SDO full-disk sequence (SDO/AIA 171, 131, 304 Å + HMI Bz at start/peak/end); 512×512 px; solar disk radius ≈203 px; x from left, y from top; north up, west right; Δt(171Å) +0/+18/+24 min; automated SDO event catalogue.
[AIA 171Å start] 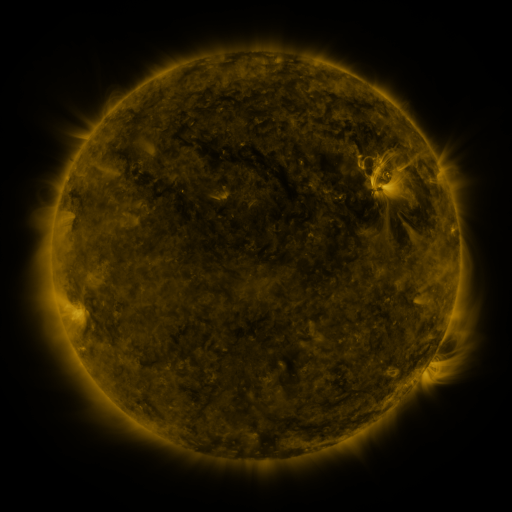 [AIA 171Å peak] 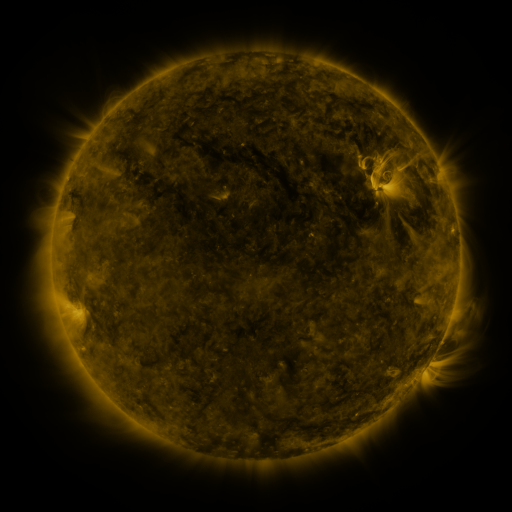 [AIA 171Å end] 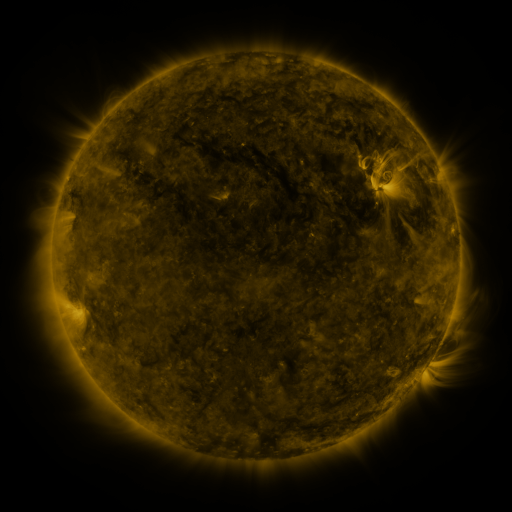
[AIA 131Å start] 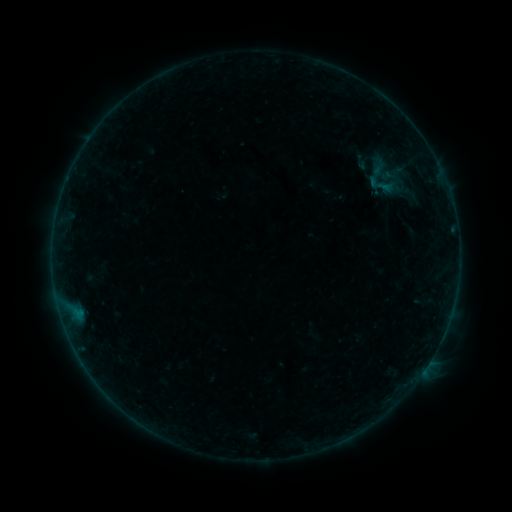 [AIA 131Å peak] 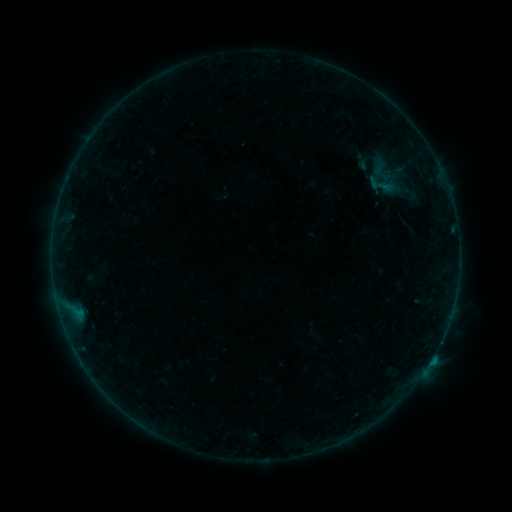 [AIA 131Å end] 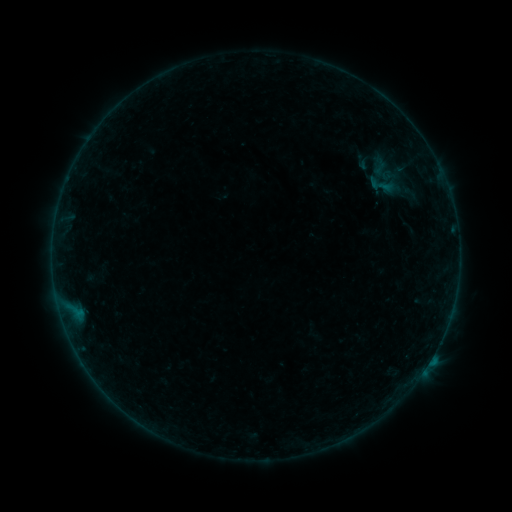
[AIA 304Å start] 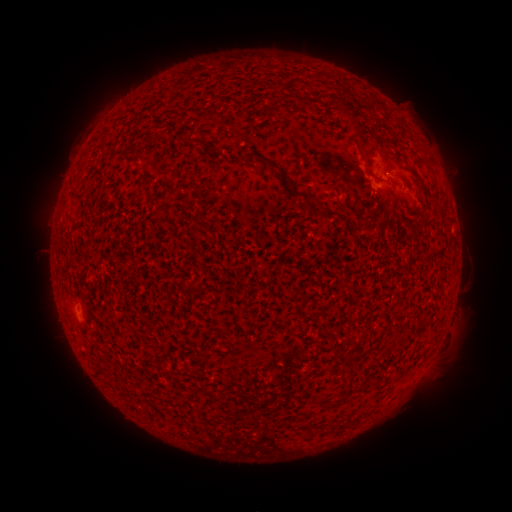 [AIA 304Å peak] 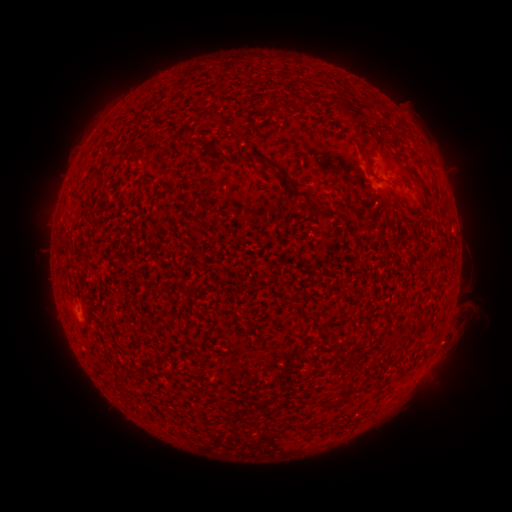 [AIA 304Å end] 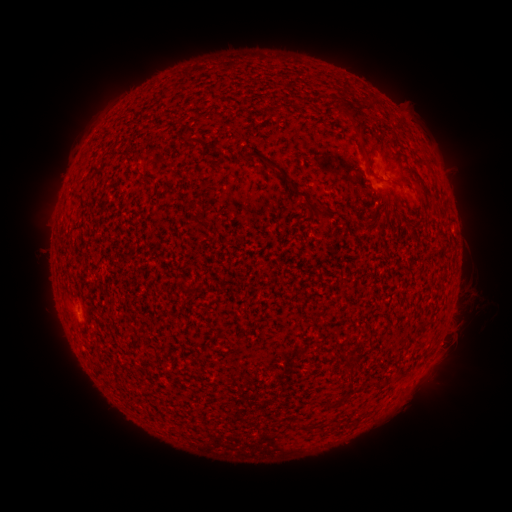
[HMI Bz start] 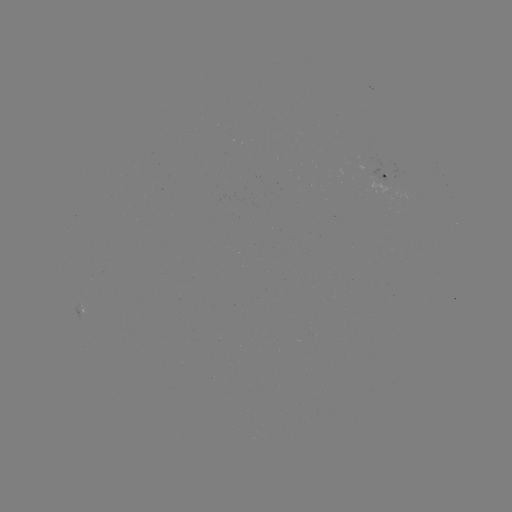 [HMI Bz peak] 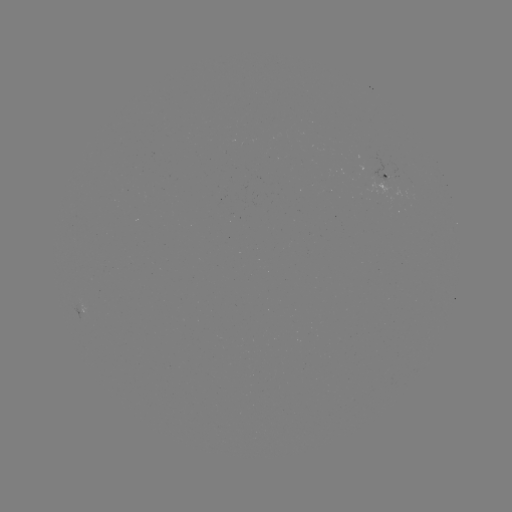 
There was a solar flare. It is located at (74, 307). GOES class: B2.9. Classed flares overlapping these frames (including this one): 1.